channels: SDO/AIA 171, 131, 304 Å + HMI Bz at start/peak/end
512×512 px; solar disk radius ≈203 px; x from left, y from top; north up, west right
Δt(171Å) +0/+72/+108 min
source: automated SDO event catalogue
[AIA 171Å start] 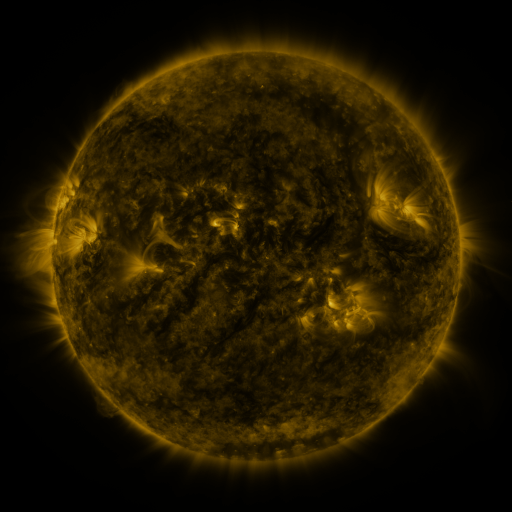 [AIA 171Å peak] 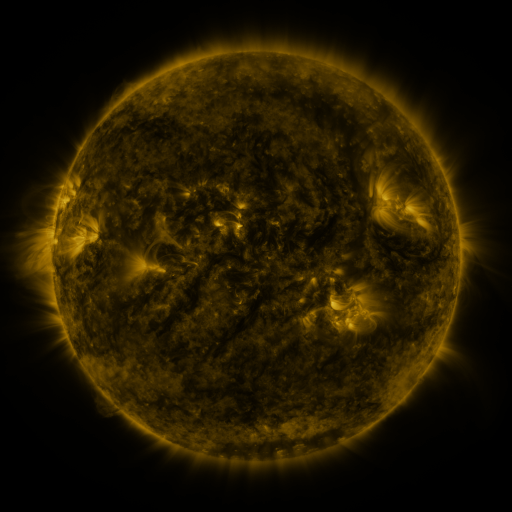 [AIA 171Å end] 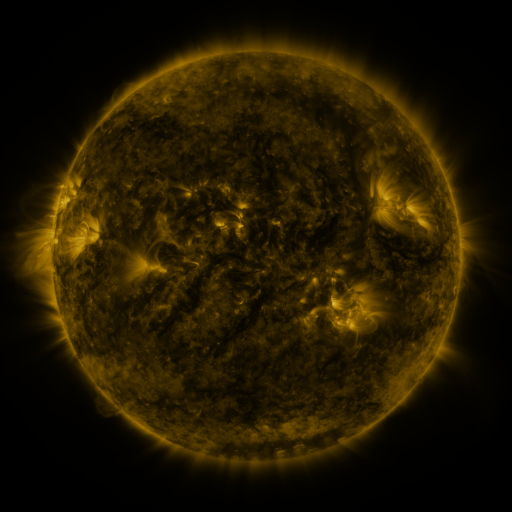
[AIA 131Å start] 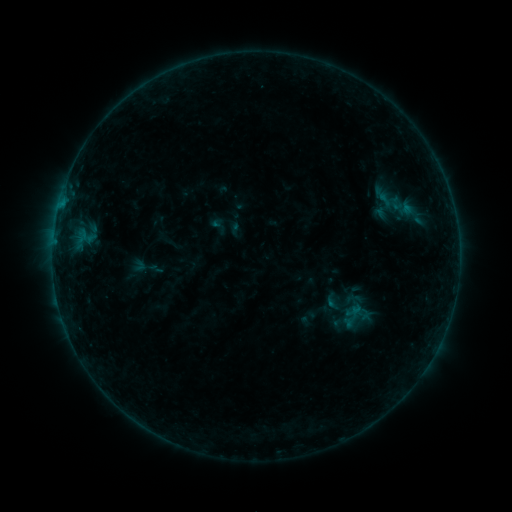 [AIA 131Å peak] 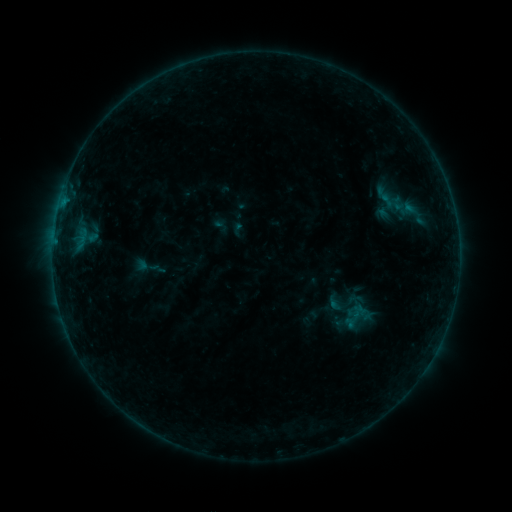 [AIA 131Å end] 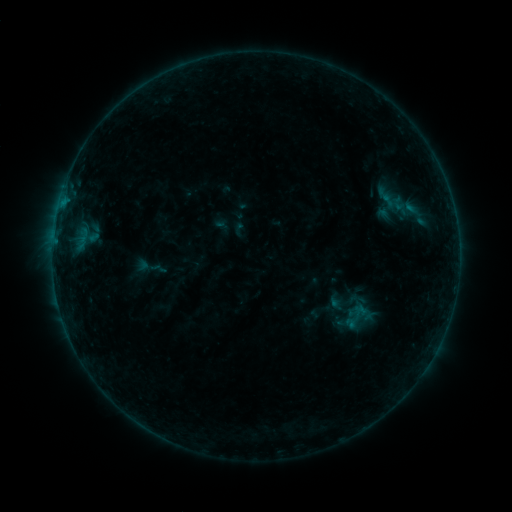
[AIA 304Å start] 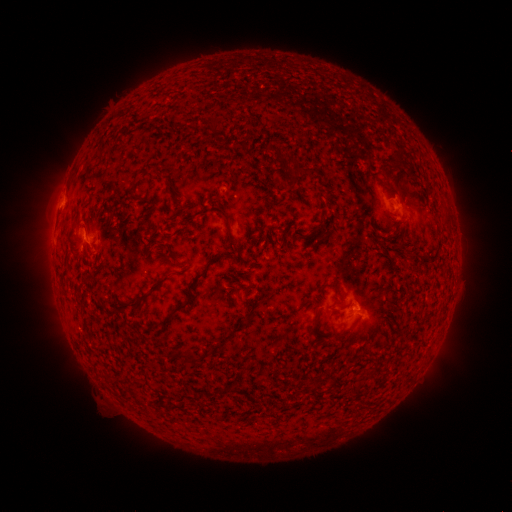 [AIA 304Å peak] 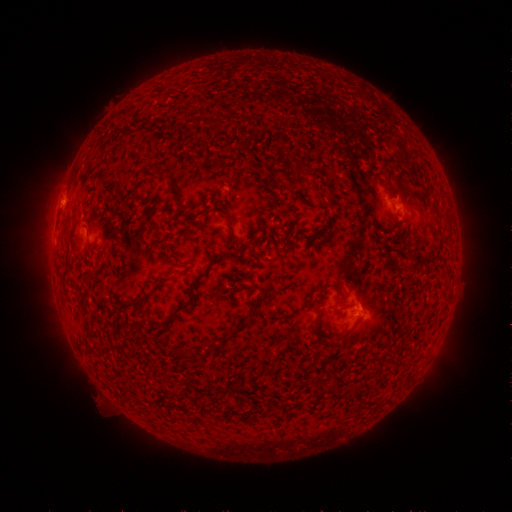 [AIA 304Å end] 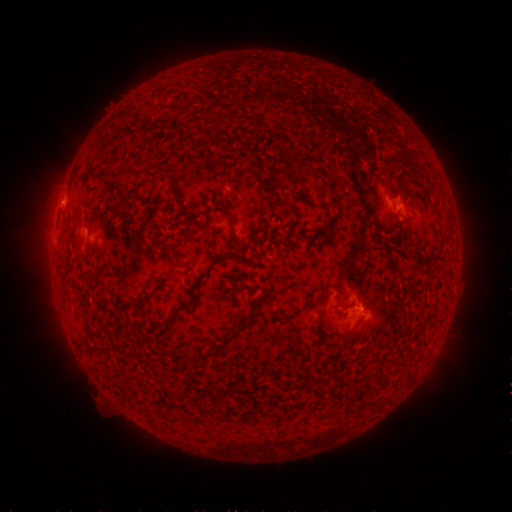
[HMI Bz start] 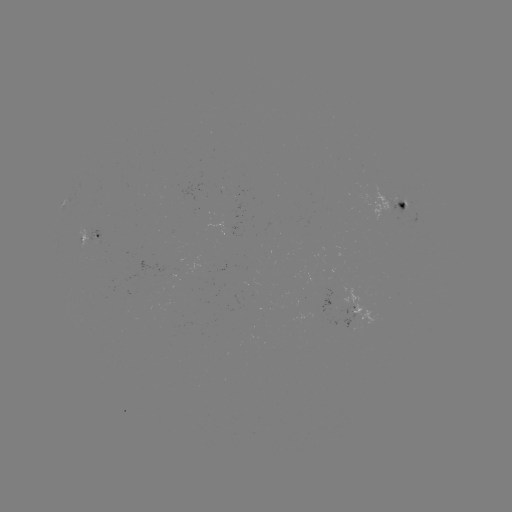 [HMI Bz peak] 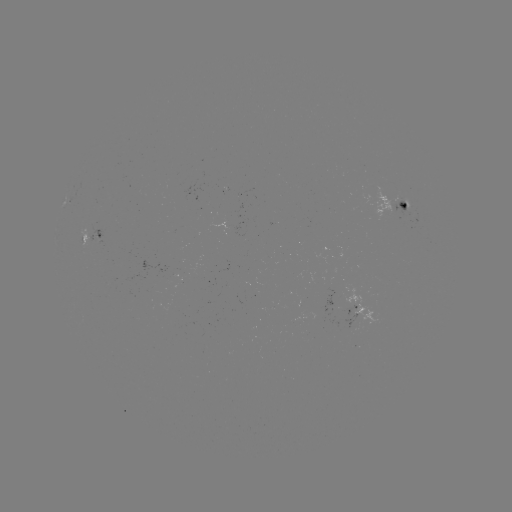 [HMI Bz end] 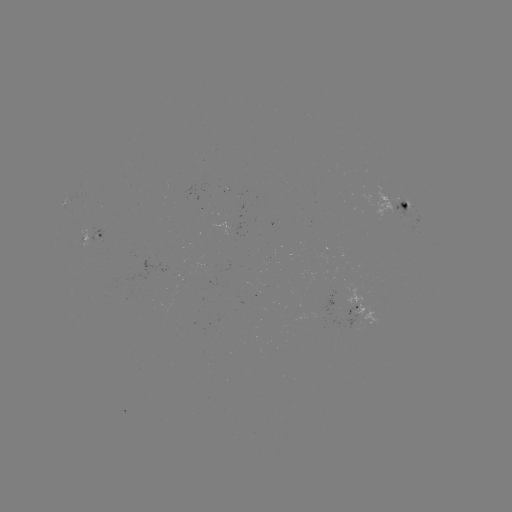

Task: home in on emerging-flux region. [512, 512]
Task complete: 408,210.